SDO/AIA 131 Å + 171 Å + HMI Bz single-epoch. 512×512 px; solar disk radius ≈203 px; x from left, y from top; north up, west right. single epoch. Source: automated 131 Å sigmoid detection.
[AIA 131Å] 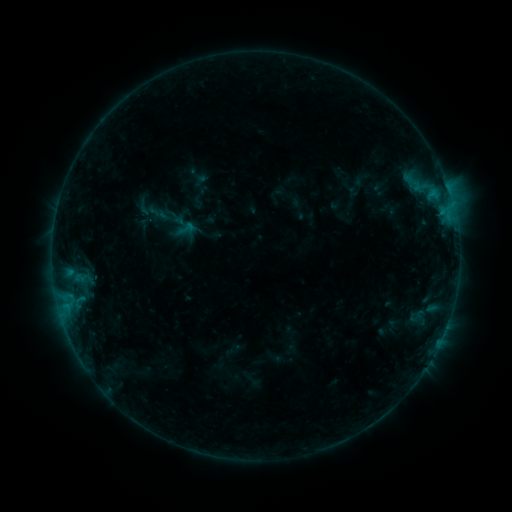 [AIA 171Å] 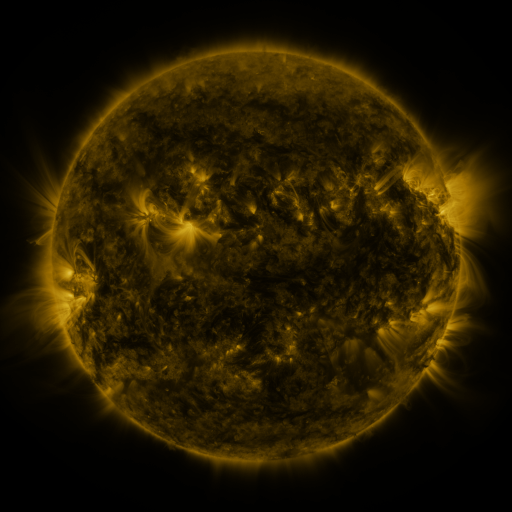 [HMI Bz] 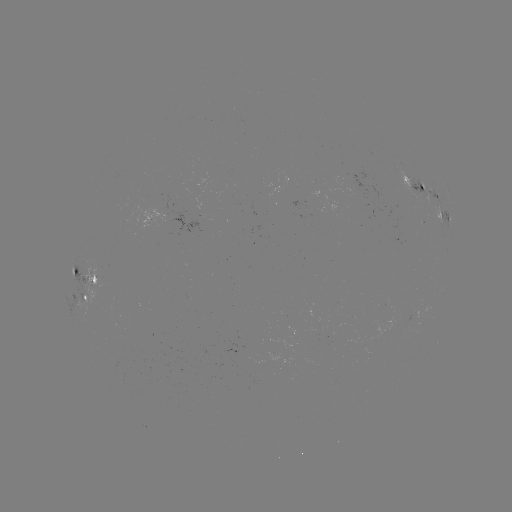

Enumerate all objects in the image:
sigmoid: <bbox>176, 220, 194, 237</bbox>
